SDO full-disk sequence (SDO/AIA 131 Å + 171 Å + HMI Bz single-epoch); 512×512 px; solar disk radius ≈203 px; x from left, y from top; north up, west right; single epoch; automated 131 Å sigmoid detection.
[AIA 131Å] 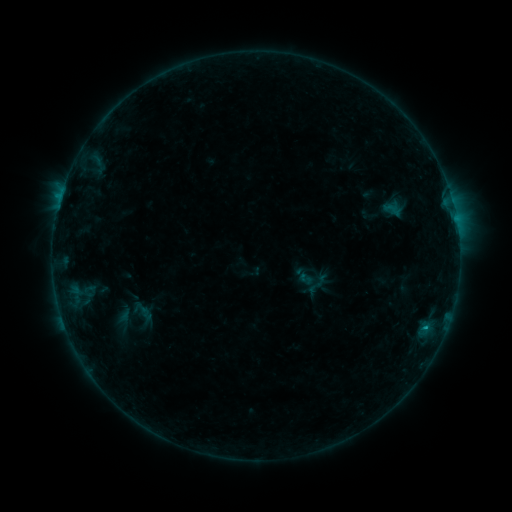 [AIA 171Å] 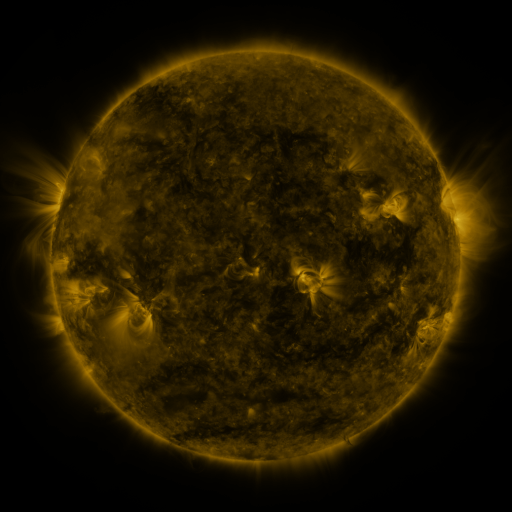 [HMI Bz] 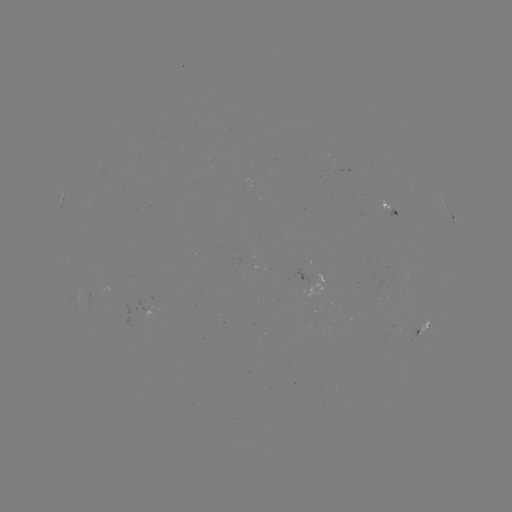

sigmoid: [303, 270, 330, 299]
